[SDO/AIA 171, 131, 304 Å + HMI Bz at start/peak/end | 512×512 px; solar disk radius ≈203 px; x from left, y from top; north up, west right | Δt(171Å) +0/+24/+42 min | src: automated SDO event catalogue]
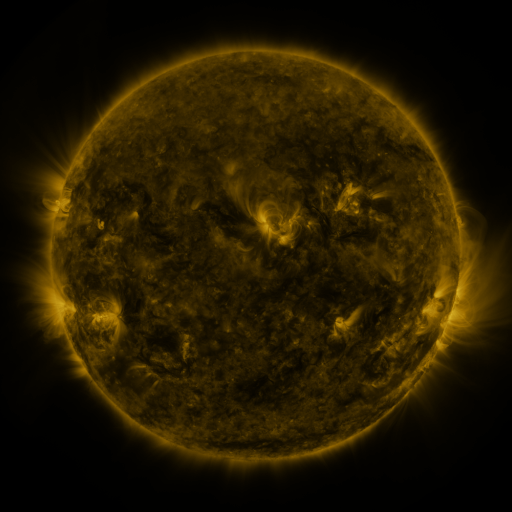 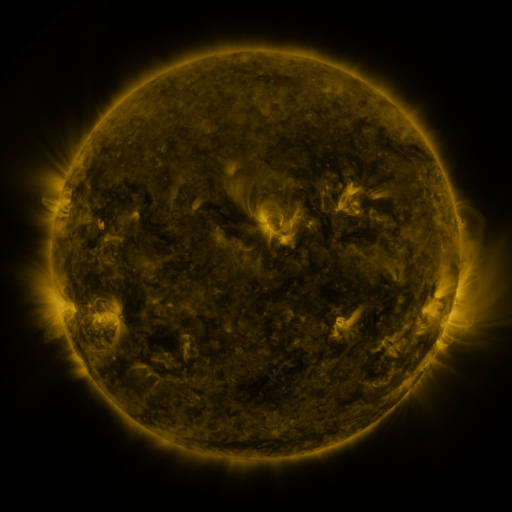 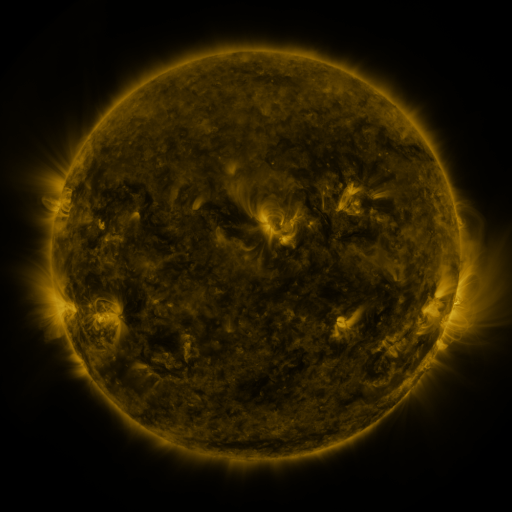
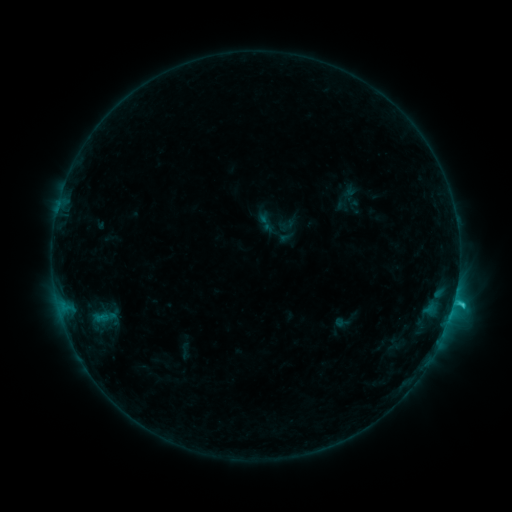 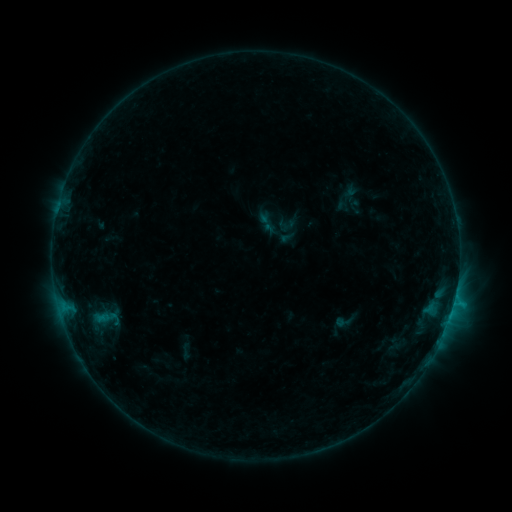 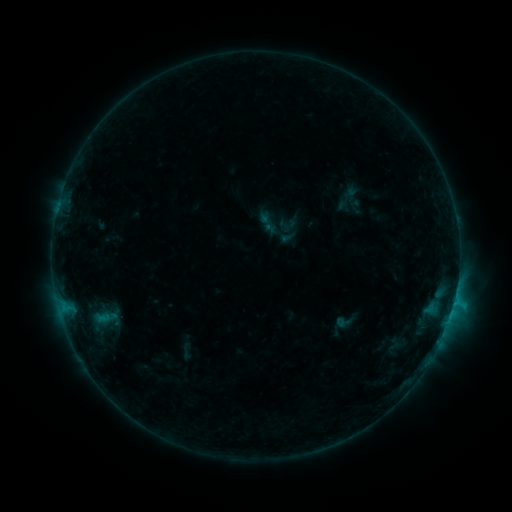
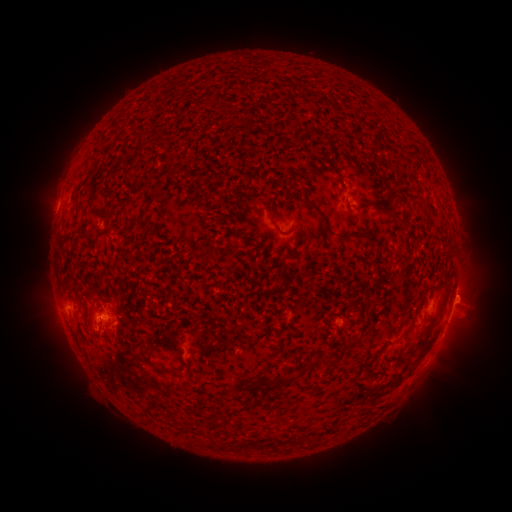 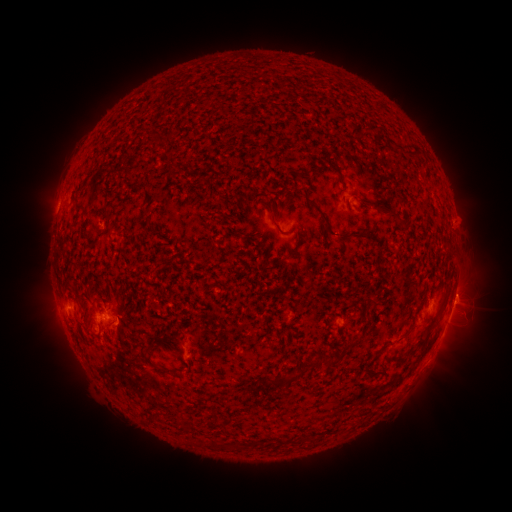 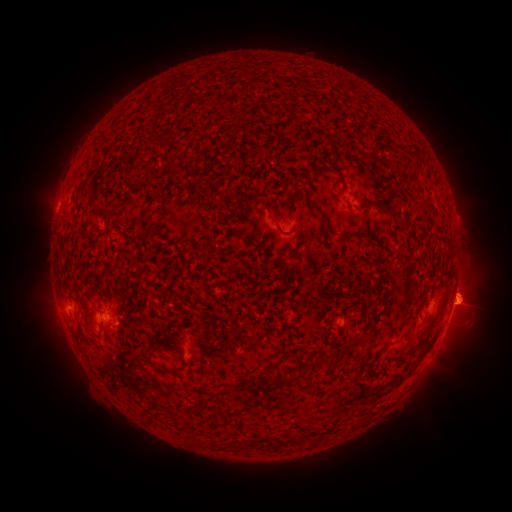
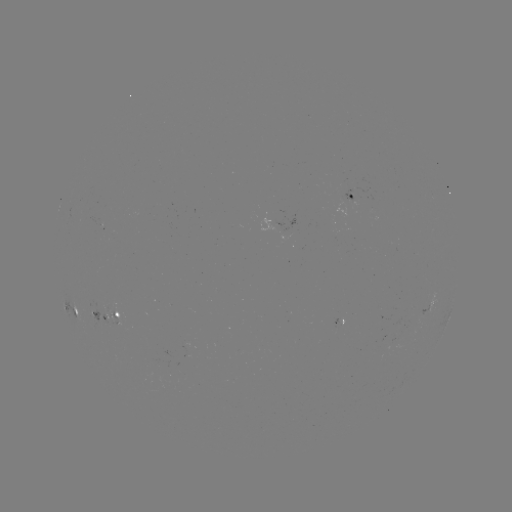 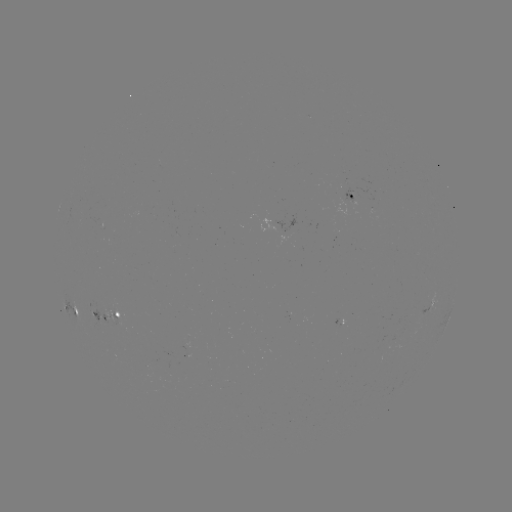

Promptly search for eruption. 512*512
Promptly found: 470,293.